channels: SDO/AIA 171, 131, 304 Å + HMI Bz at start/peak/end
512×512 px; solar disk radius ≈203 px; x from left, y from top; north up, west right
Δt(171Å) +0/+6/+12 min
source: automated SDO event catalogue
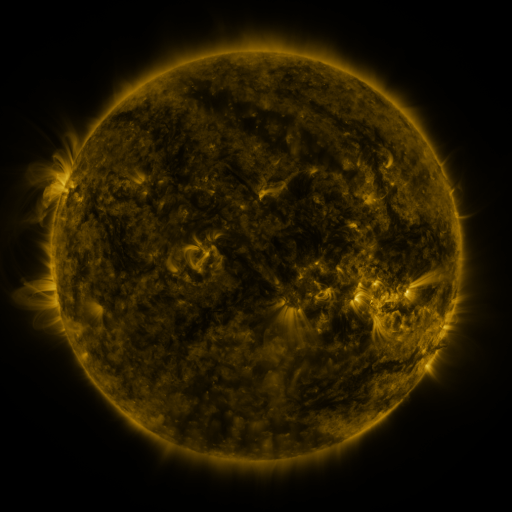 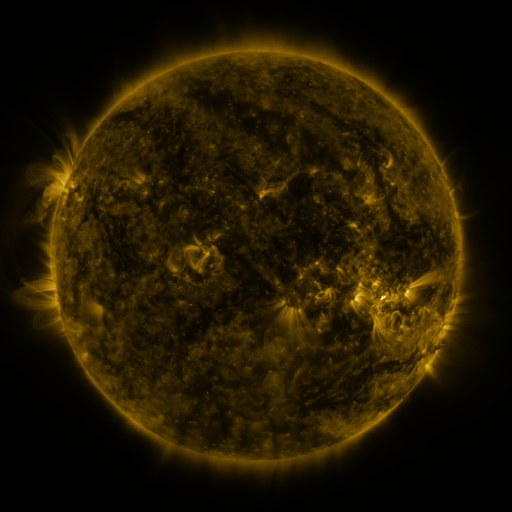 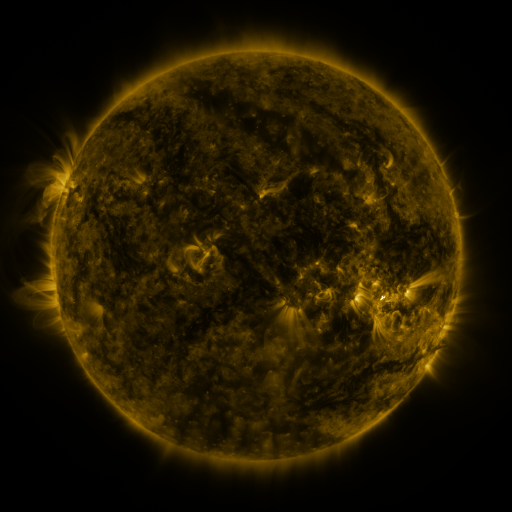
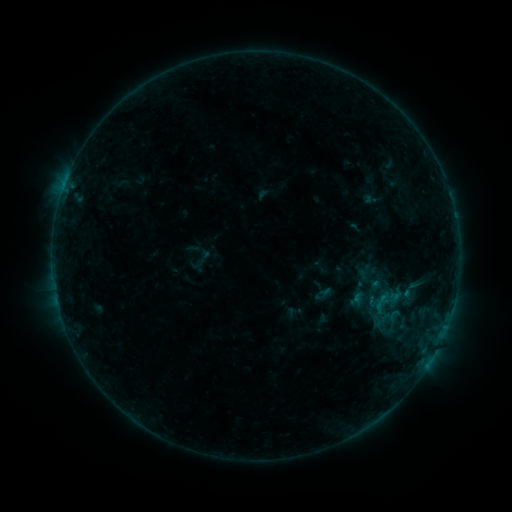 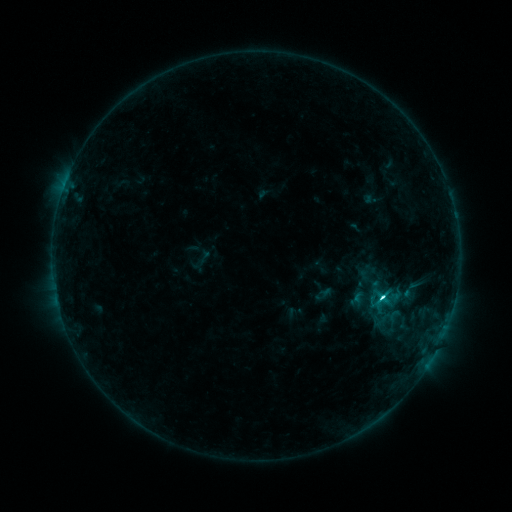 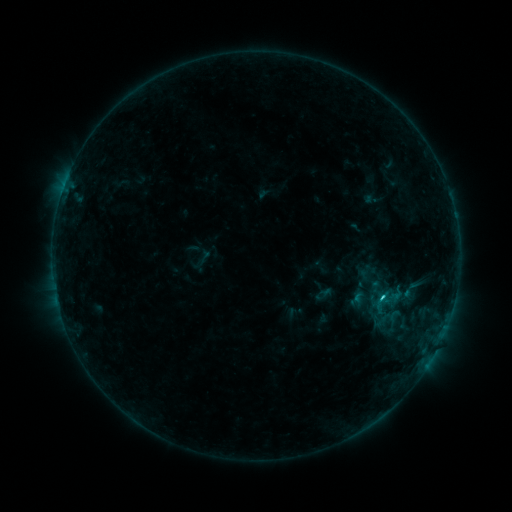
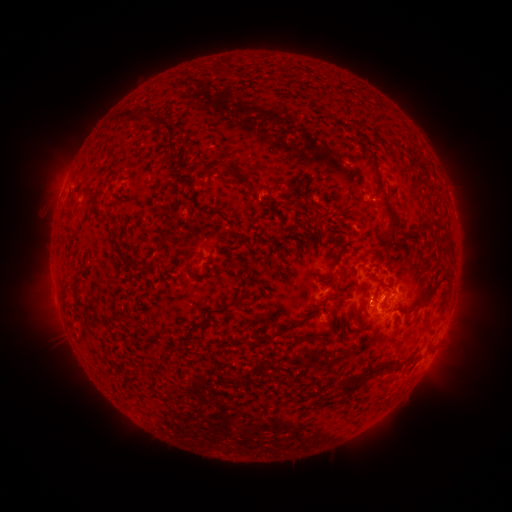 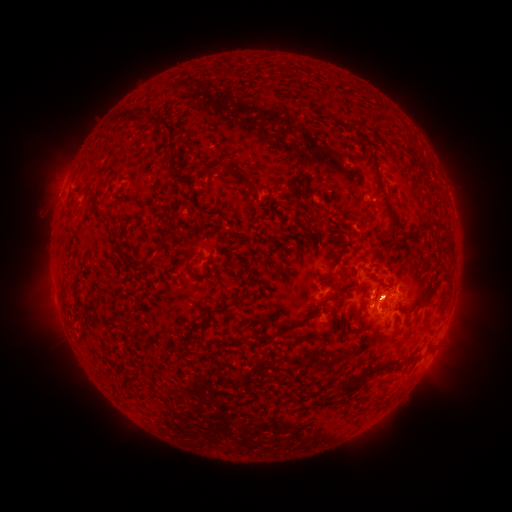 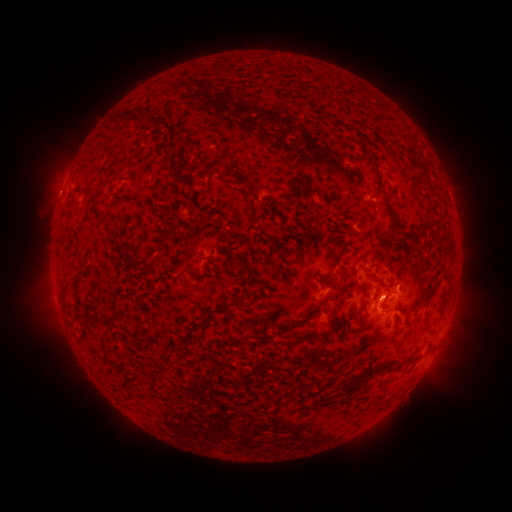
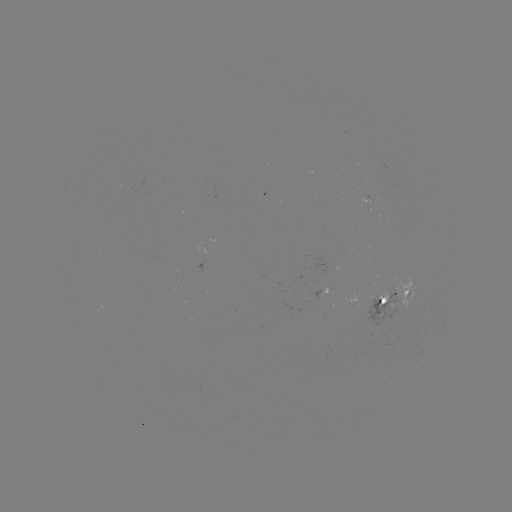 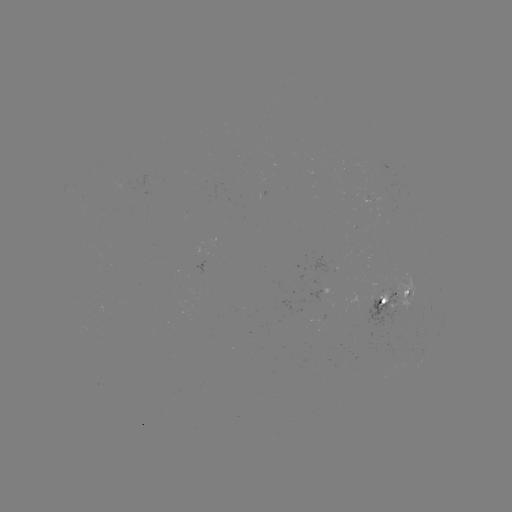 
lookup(C2.8 flare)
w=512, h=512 (381, 296)